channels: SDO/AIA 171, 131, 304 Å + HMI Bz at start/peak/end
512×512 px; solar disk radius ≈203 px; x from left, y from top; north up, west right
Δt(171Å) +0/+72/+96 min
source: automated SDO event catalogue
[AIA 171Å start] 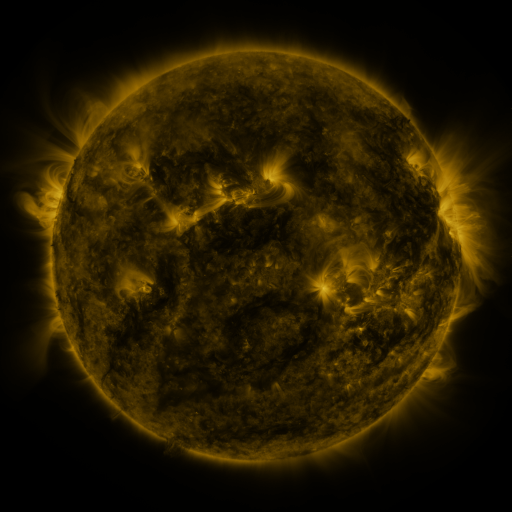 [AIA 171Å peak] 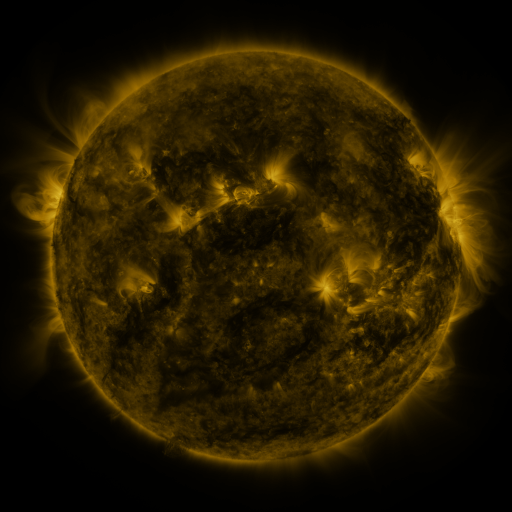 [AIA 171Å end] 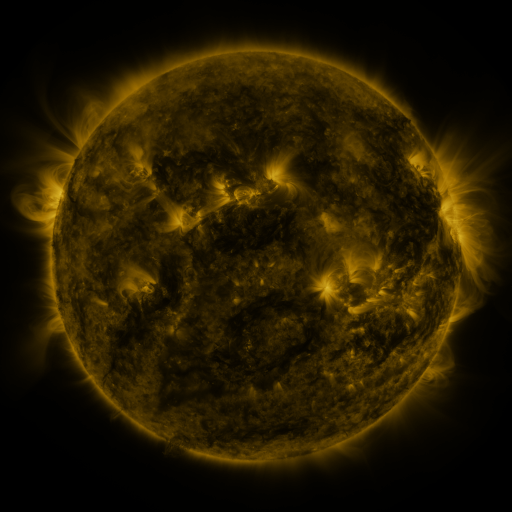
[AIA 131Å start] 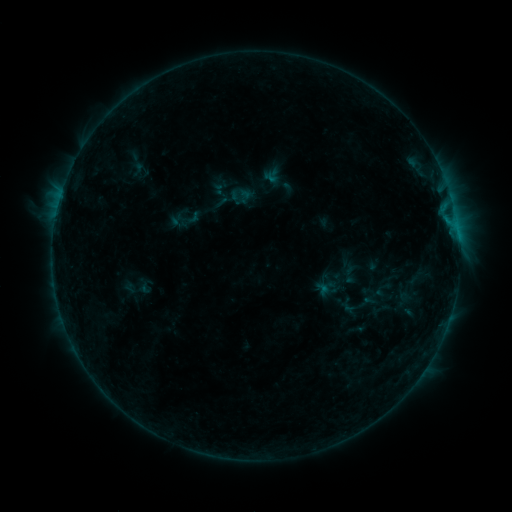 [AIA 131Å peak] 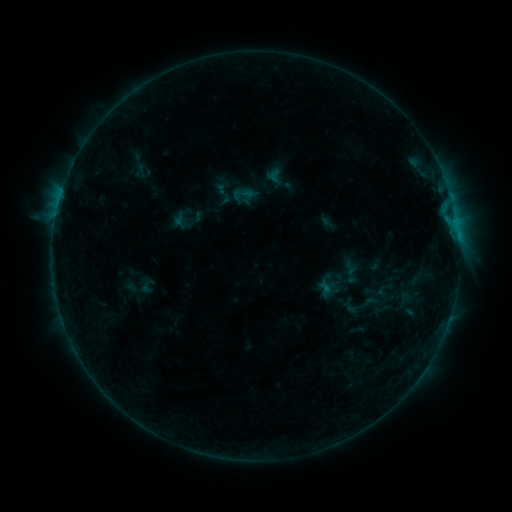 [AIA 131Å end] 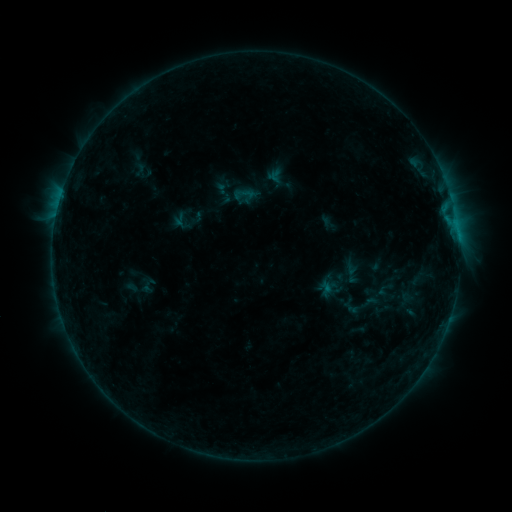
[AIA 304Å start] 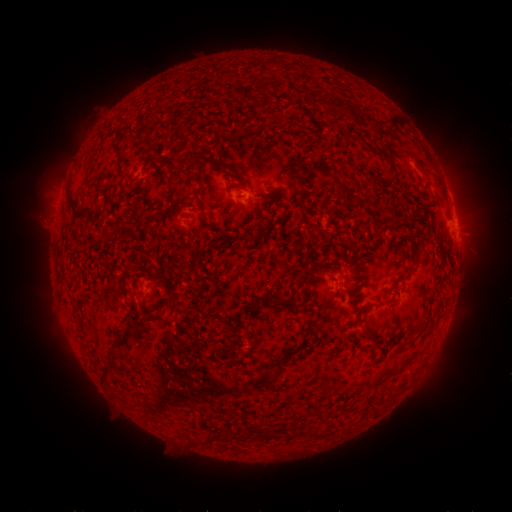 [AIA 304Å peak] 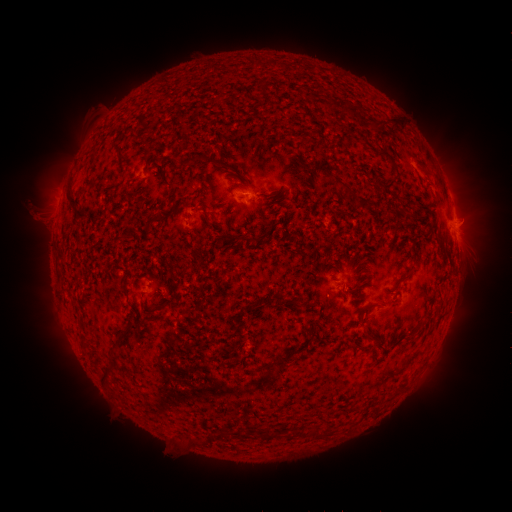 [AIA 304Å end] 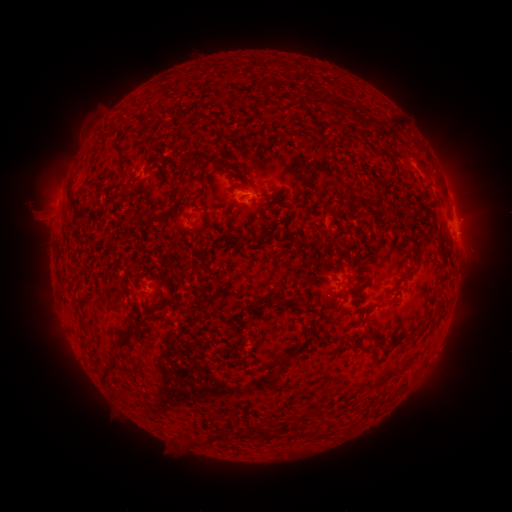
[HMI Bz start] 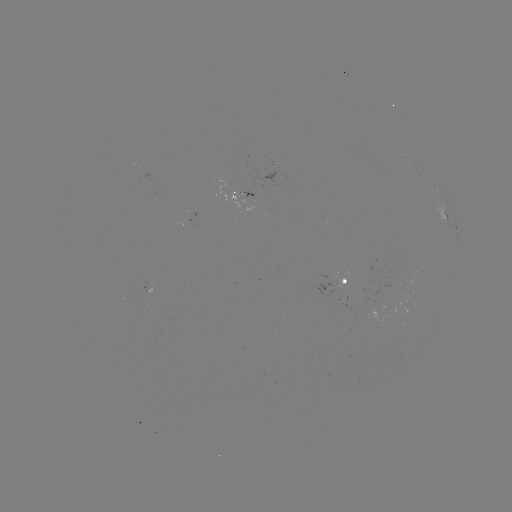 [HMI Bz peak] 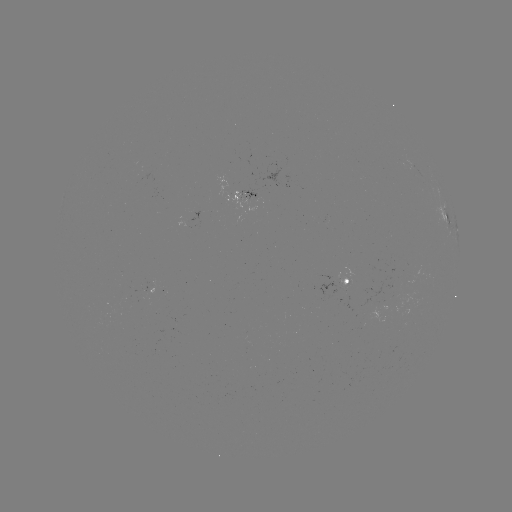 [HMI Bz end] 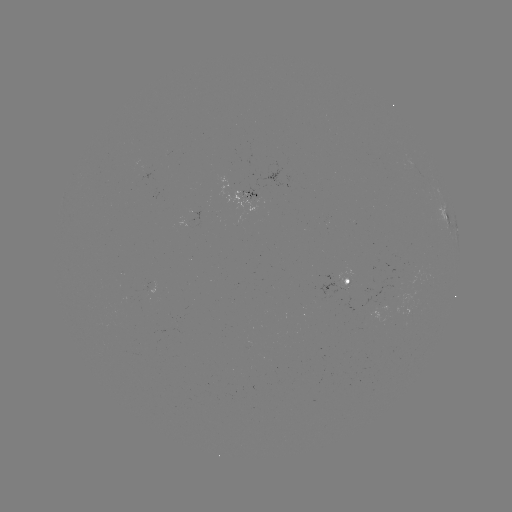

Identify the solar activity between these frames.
emerging-flux region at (341, 283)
